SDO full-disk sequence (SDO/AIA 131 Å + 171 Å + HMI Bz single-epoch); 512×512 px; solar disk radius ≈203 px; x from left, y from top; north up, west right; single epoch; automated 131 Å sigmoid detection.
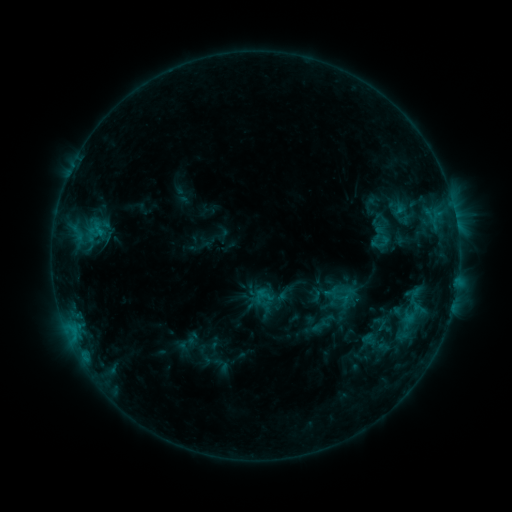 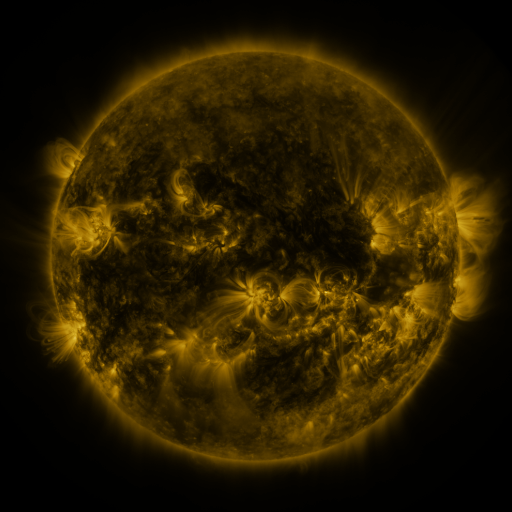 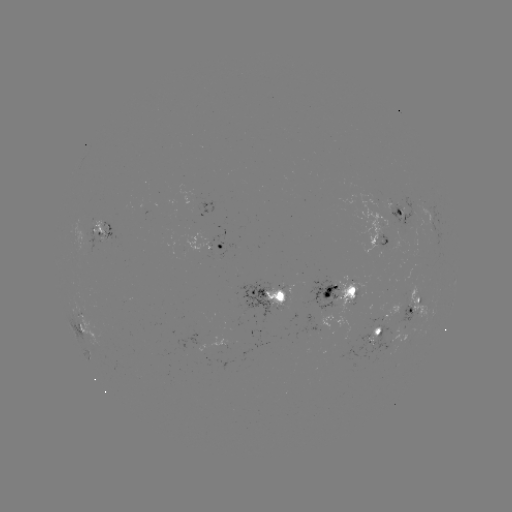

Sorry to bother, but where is sigmoid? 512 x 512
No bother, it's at [263, 296].